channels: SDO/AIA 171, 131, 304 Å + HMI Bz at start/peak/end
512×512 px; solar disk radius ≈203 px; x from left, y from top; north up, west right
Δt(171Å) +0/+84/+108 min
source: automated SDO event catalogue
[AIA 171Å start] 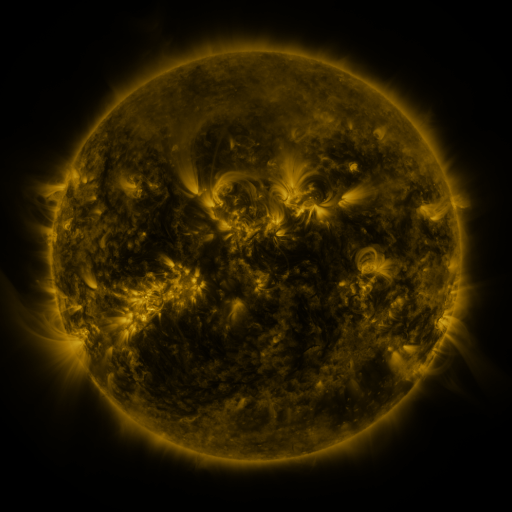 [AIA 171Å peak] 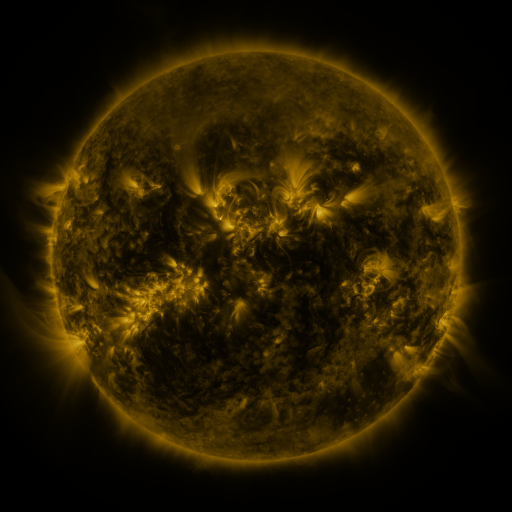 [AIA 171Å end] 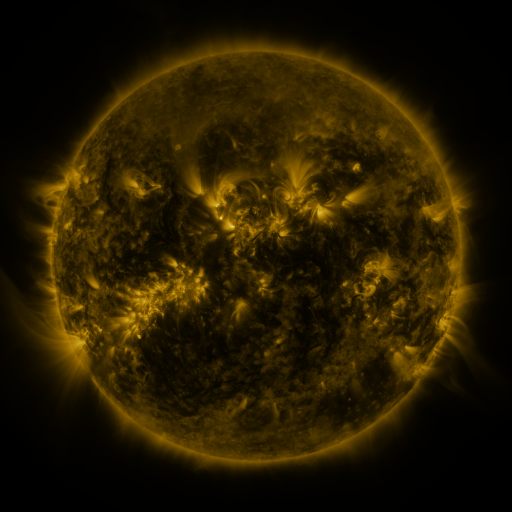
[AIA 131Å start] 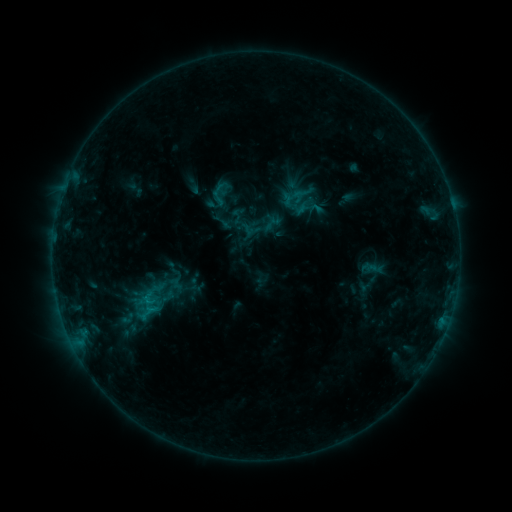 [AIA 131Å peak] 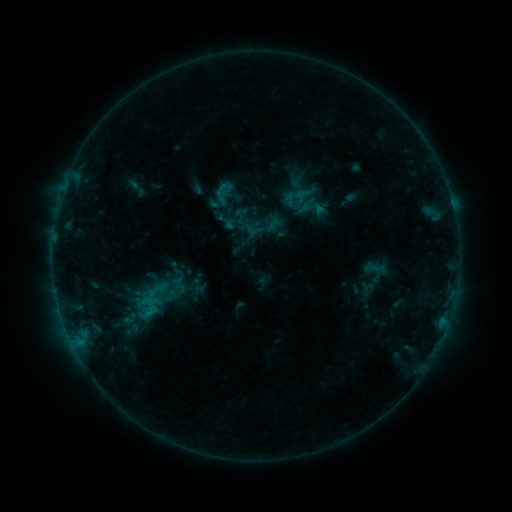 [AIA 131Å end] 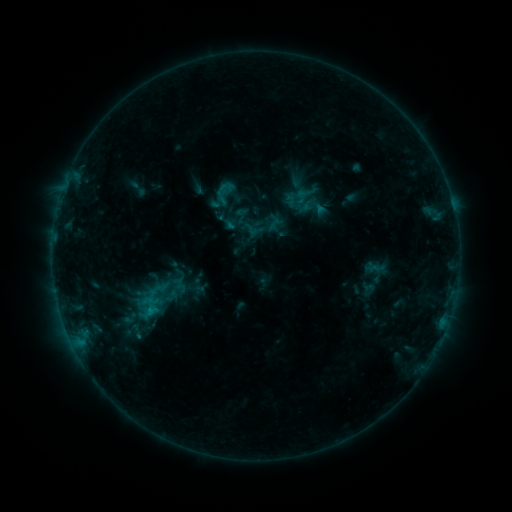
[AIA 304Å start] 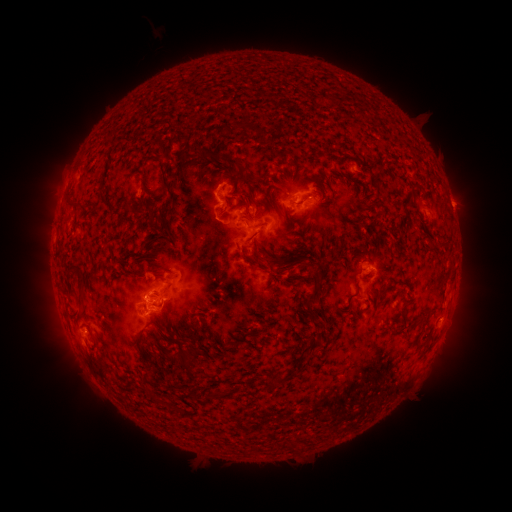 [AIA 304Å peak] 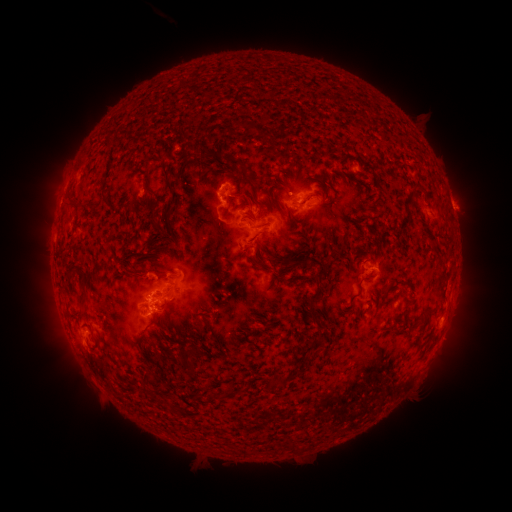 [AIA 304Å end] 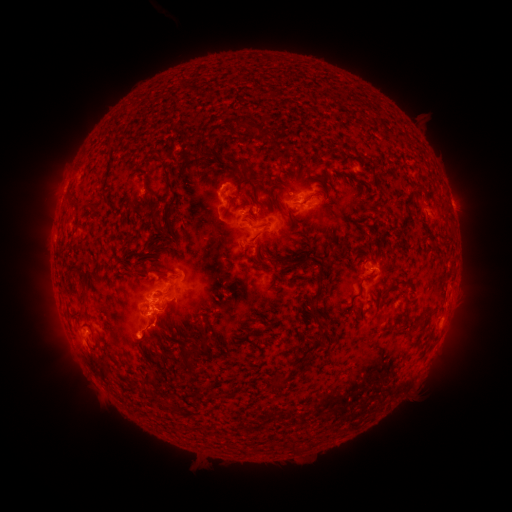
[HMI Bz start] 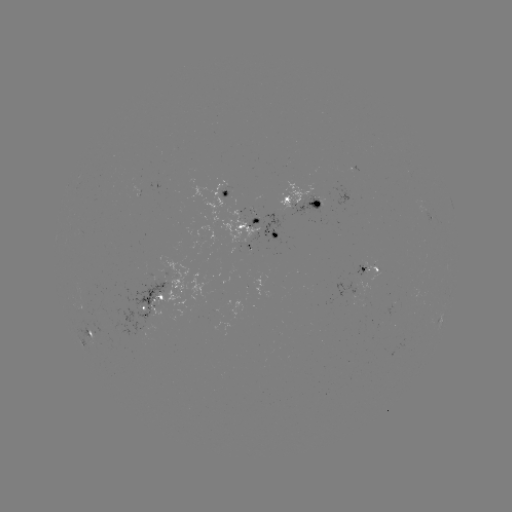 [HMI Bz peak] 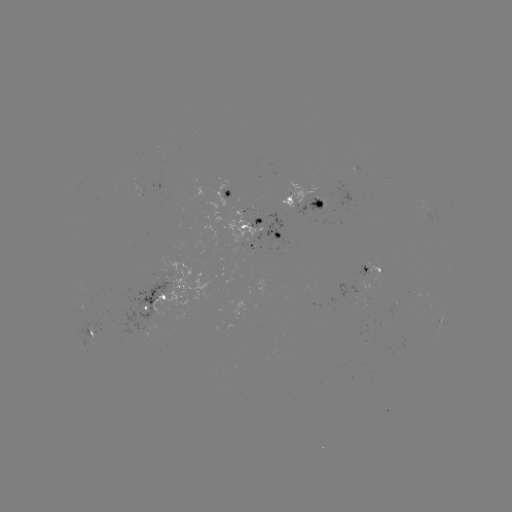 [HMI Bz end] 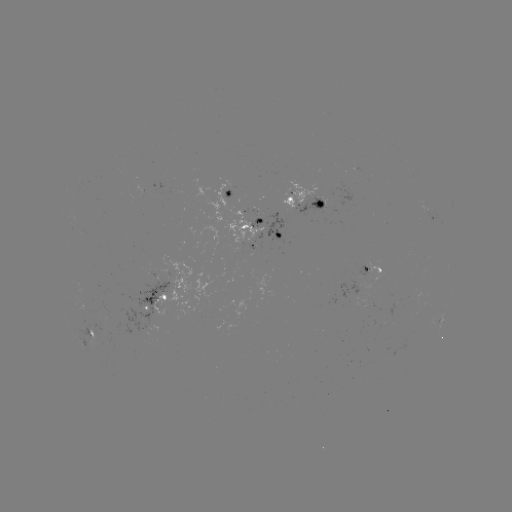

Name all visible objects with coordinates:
emerging-flux region: (364, 265)
